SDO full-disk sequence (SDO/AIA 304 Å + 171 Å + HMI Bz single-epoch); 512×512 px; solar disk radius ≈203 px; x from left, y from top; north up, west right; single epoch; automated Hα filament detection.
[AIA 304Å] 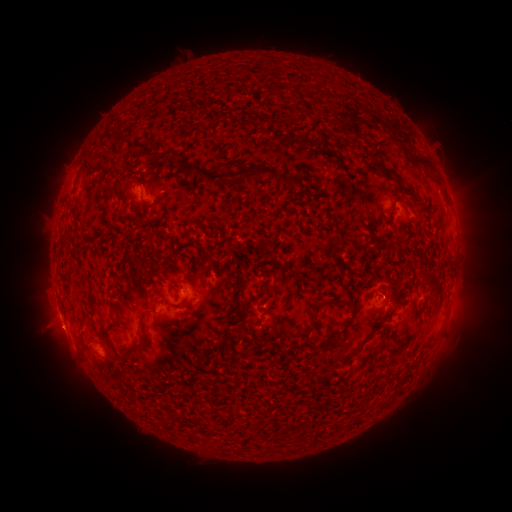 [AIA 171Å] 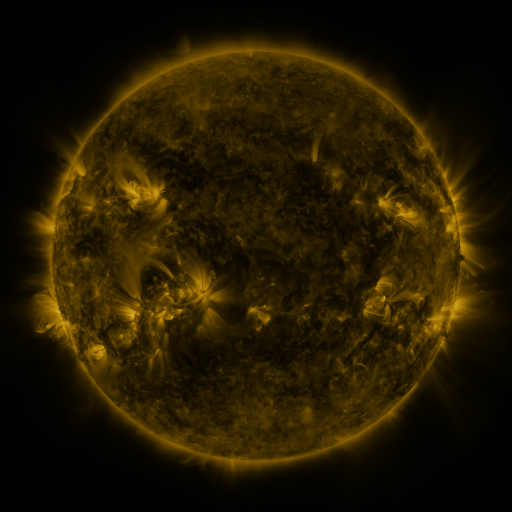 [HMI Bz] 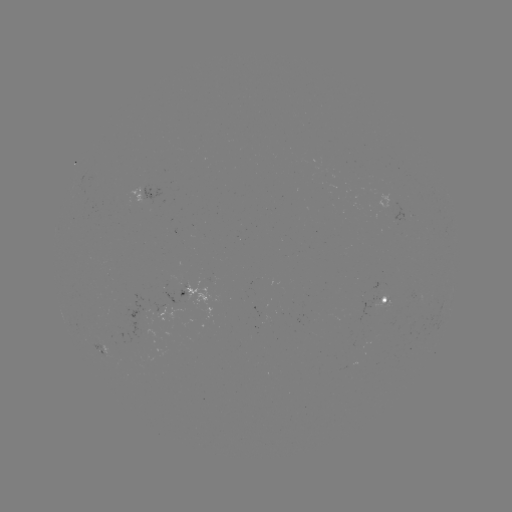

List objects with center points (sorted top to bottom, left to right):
filament: <bbox>322, 73, 333, 81</bbox>
filament: <bbox>272, 84, 285, 94</bbox>
filament: <bbox>104, 130, 126, 148</bbox>
filament: <bbox>371, 135, 385, 150</bbox>
filament: <bbox>387, 135, 410, 155</bbox>
filament: <bbox>407, 150, 439, 184</bbox>
filament: <bbox>173, 157, 295, 185</bbox>
filament: <bbox>379, 166, 393, 173</bbox>
filament: <bbox>402, 185, 415, 197</bbox>
filament: <bbox>126, 214, 138, 228</bbox>
filament: <bbox>57, 239, 69, 250</bbox>
filament: <bbox>330, 240, 338, 252</bbox>
filament: <bbox>221, 278, 229, 291</bbox>
filament: <bbox>334, 293, 360, 335</bbox>
filament: <bbox>180, 295, 189, 306</bbox>
filament: <bbox>314, 299, 330, 311</bbox>
filament: <bbox>272, 303, 289, 324</bbox>
filament: <bbox>80, 322, 88, 330</bbox>
filament: <bbox>118, 340, 147, 361</bbox>
filament: <bbox>292, 341, 307, 350</bbox>
filament: <bbox>127, 392, 141, 401</bbox>
